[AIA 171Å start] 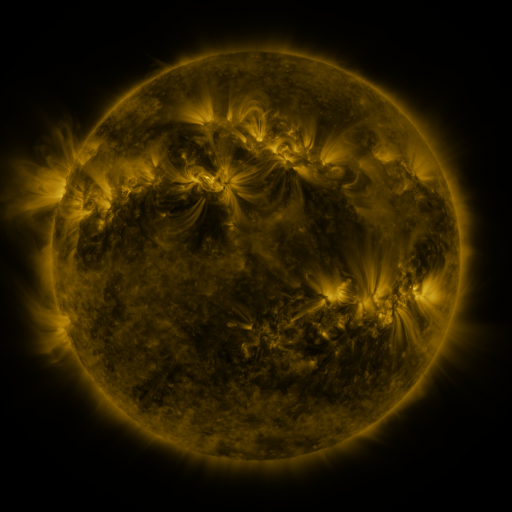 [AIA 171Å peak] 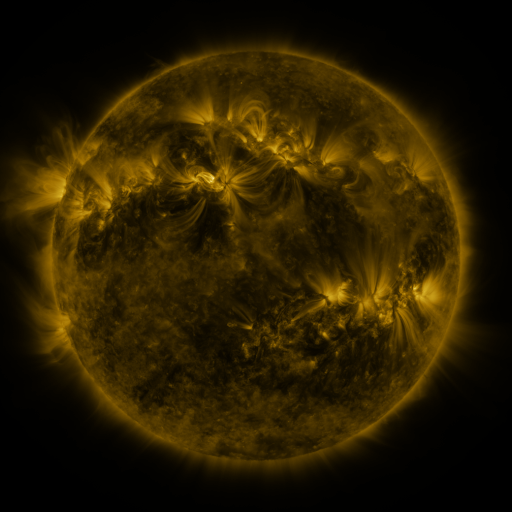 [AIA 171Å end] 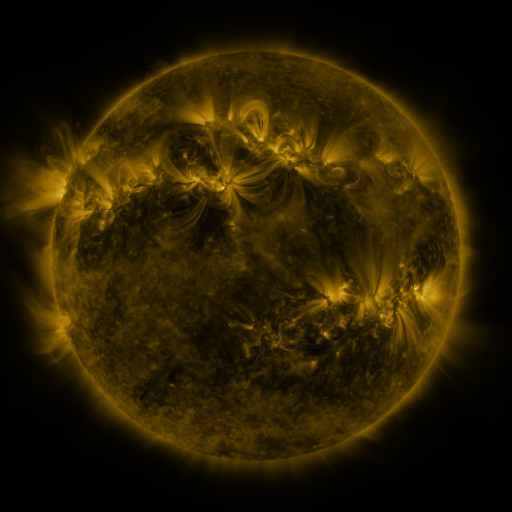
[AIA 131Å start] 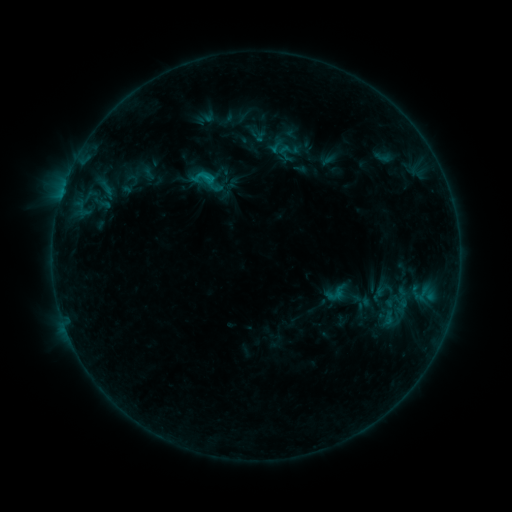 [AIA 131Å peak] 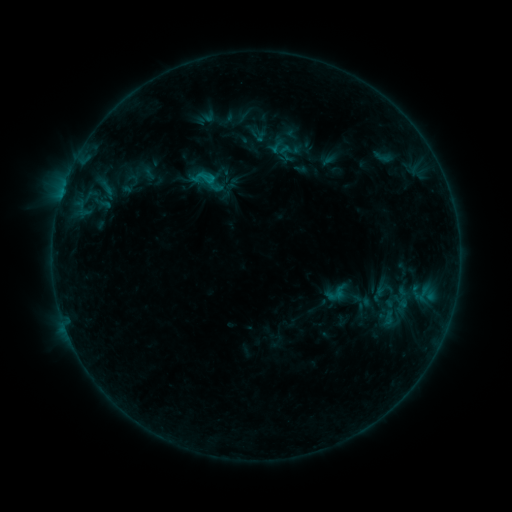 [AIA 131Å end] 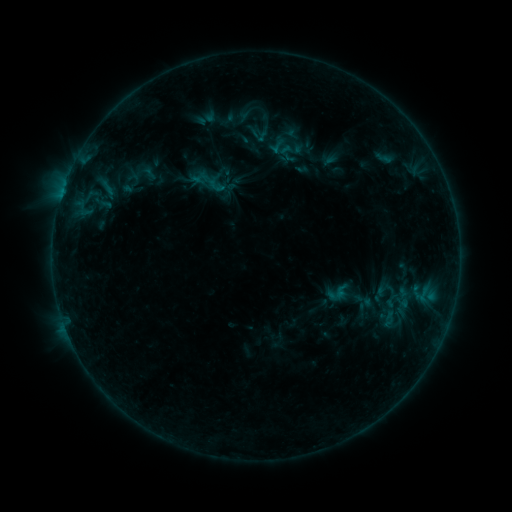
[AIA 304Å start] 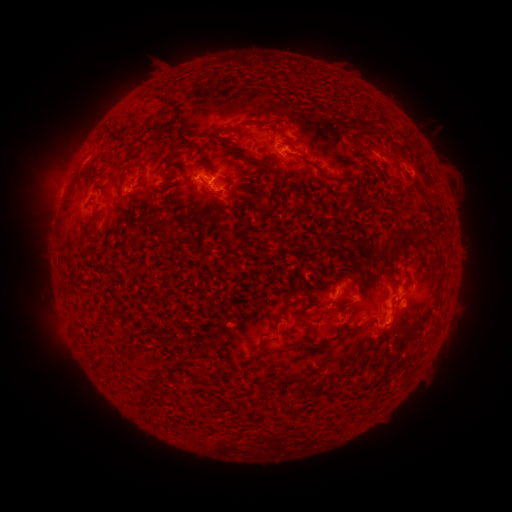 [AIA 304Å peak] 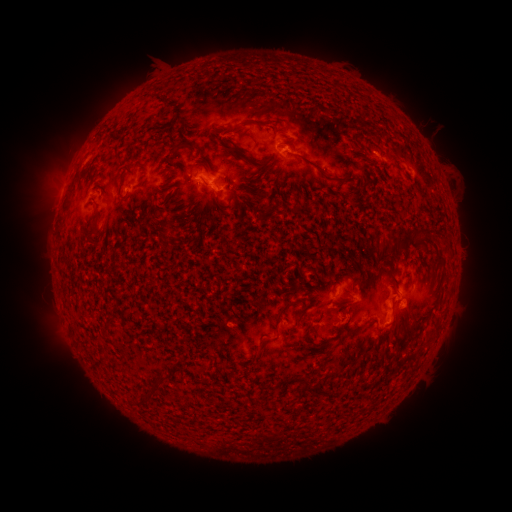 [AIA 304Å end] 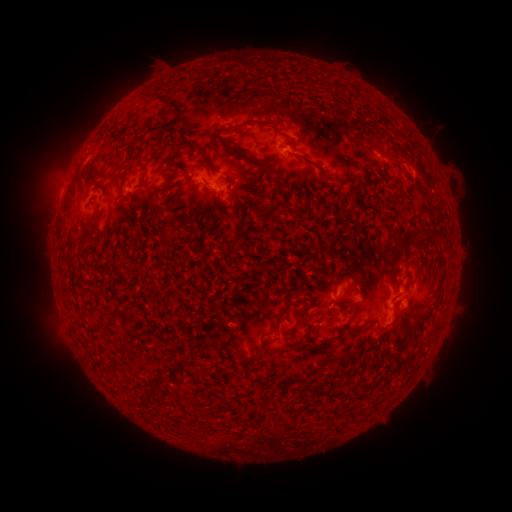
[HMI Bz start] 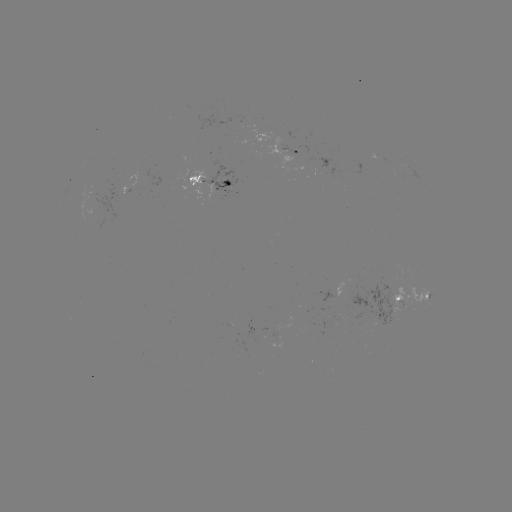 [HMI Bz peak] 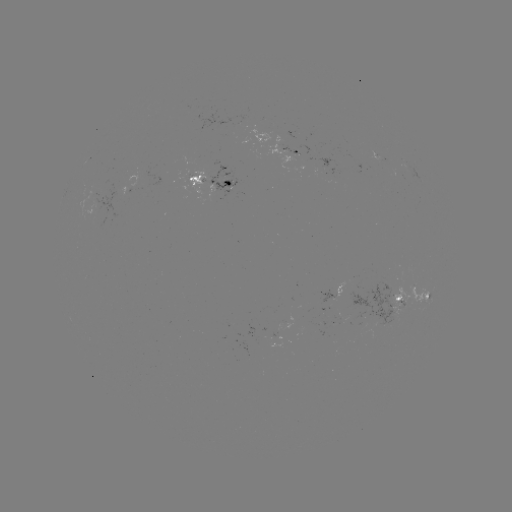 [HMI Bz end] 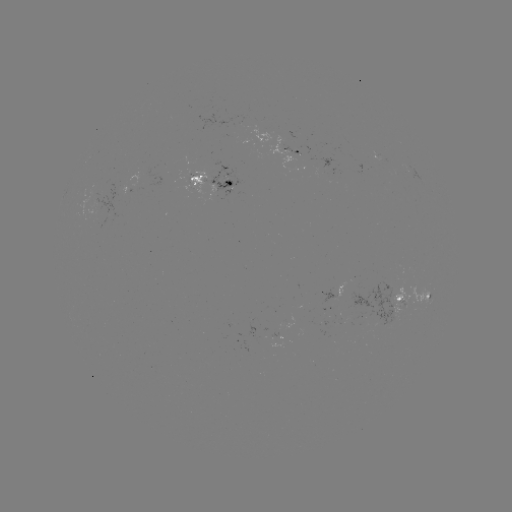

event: emerging-flux region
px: (337, 292)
